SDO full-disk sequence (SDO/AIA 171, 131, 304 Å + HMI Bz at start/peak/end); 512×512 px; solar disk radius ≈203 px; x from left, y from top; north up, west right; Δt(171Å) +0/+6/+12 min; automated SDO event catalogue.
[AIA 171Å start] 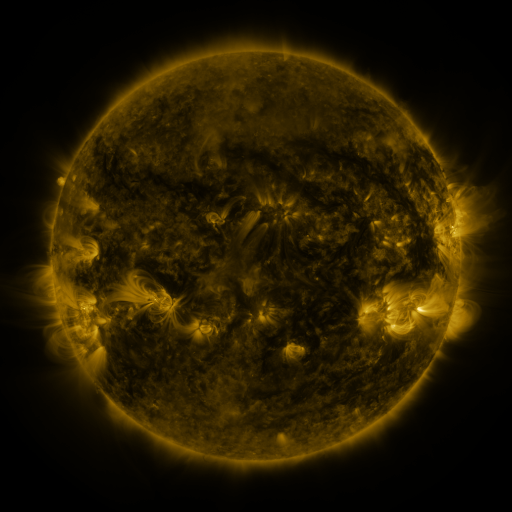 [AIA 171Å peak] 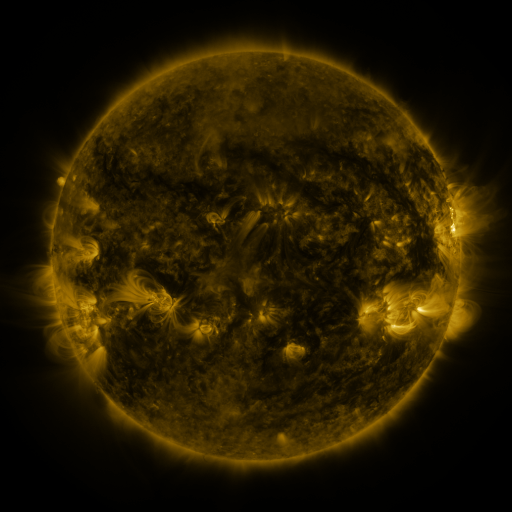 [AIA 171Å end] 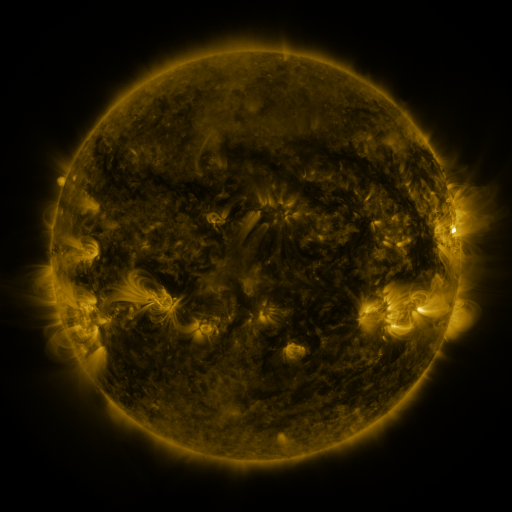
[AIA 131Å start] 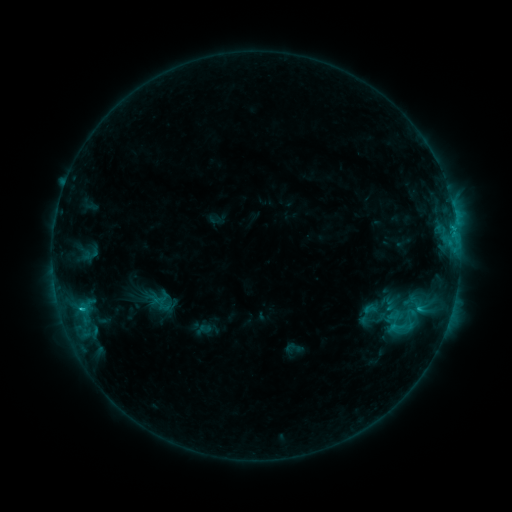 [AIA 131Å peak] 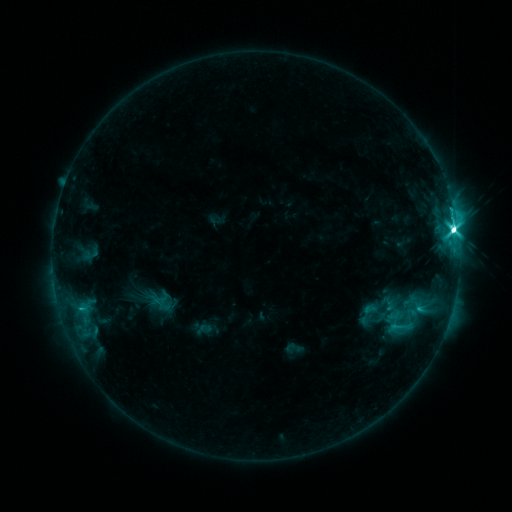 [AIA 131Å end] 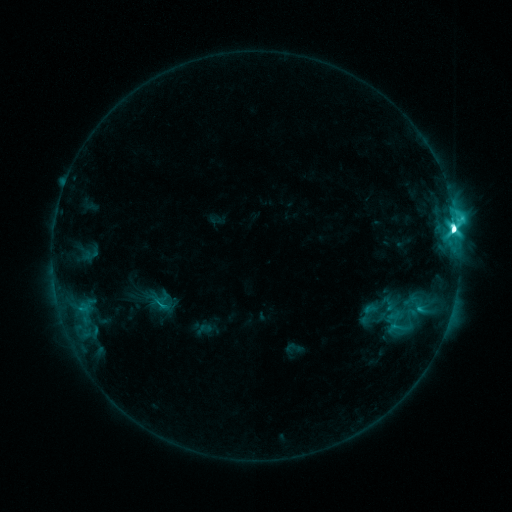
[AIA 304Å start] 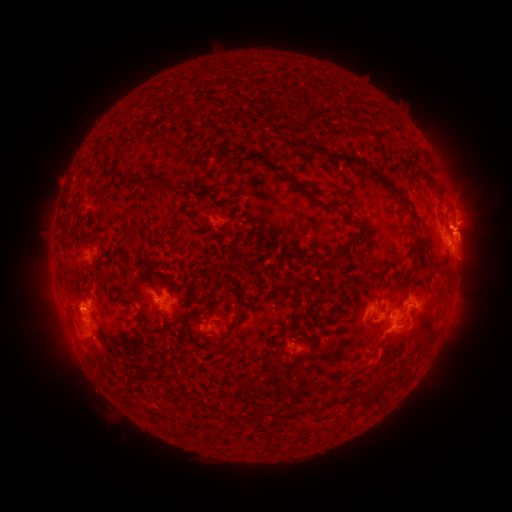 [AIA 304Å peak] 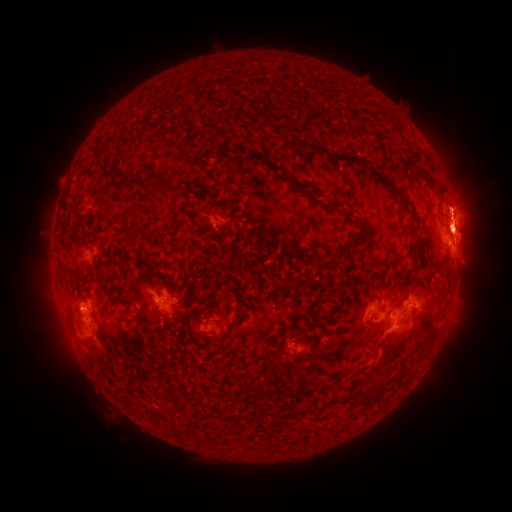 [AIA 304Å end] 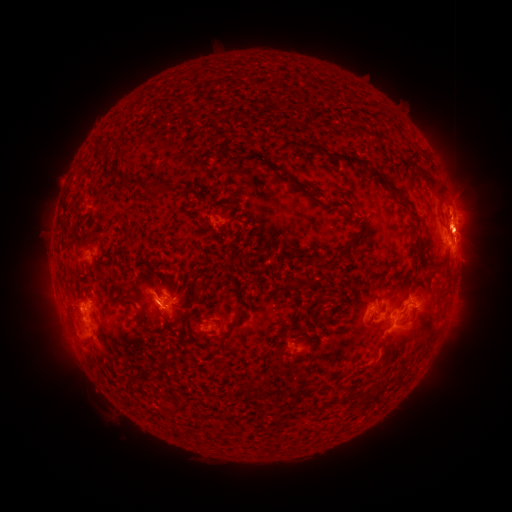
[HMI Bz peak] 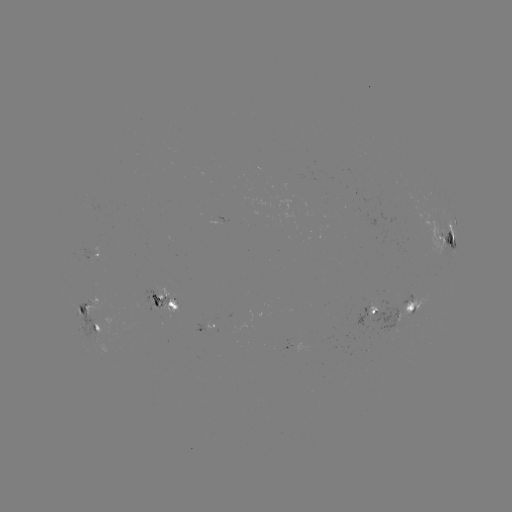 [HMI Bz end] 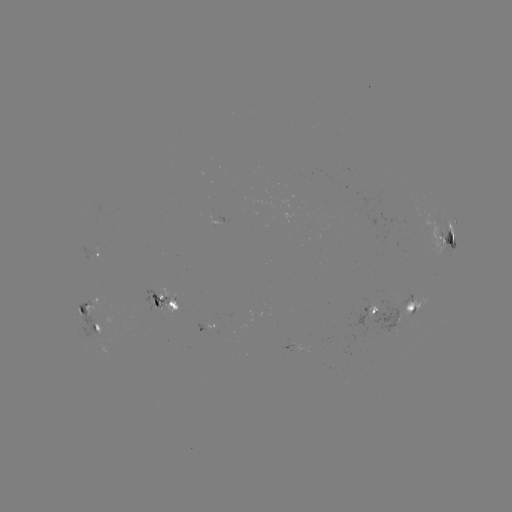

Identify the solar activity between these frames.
M2.8 flare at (452, 231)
